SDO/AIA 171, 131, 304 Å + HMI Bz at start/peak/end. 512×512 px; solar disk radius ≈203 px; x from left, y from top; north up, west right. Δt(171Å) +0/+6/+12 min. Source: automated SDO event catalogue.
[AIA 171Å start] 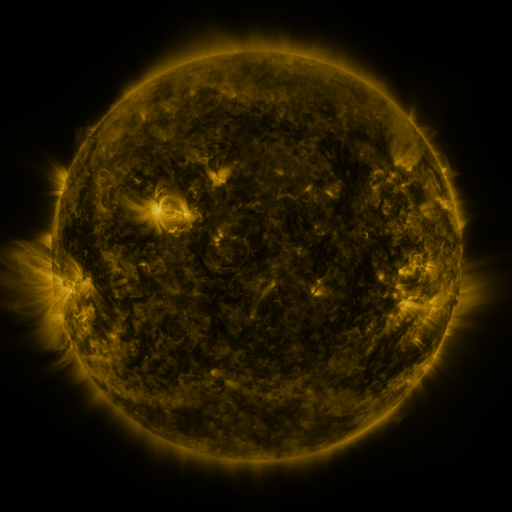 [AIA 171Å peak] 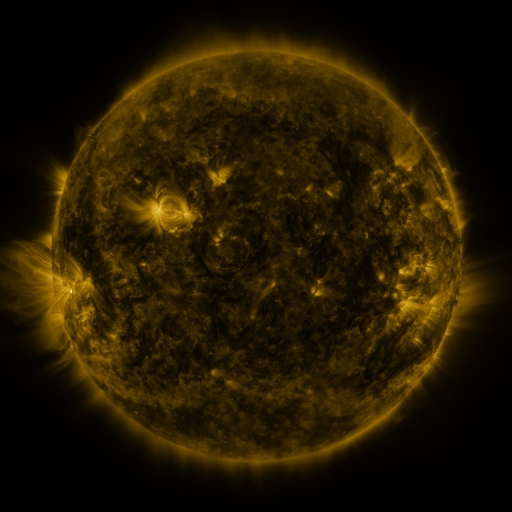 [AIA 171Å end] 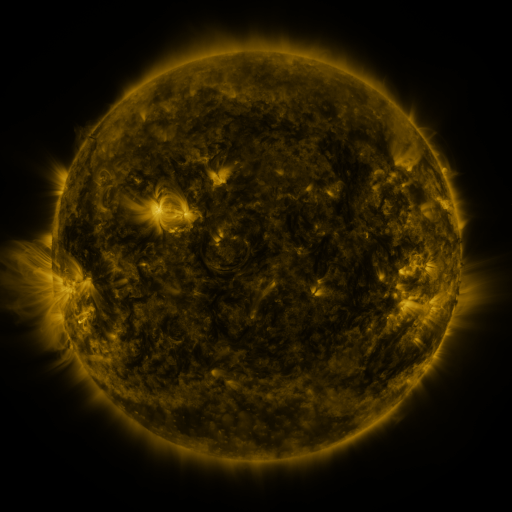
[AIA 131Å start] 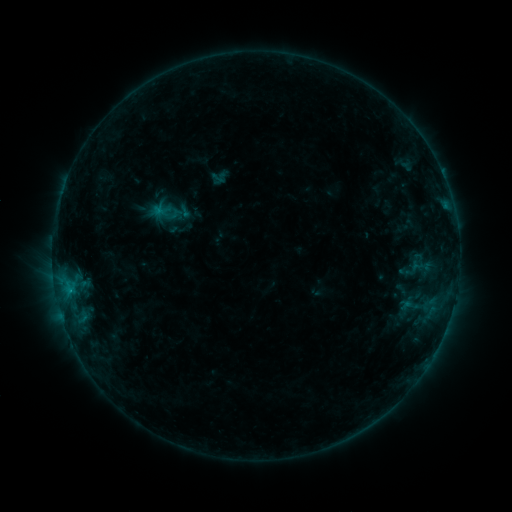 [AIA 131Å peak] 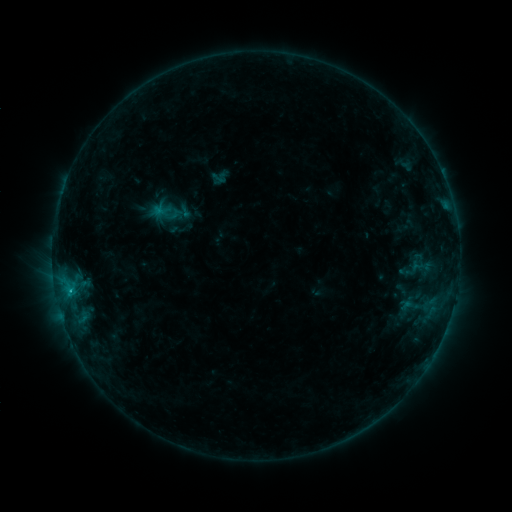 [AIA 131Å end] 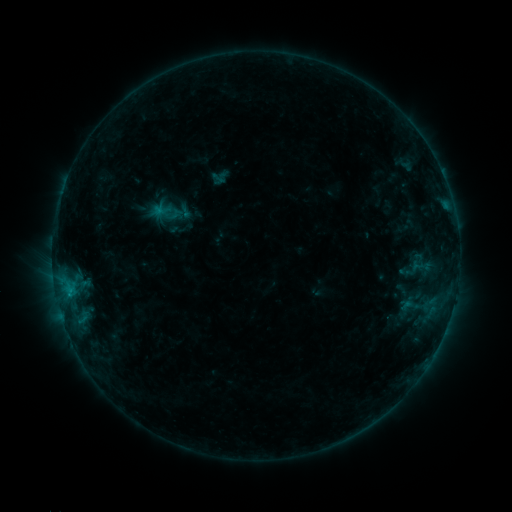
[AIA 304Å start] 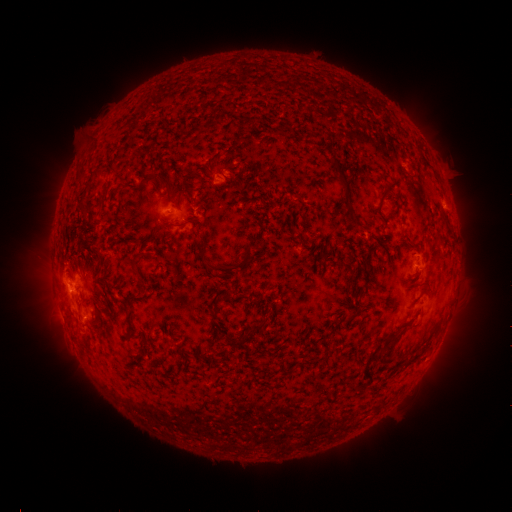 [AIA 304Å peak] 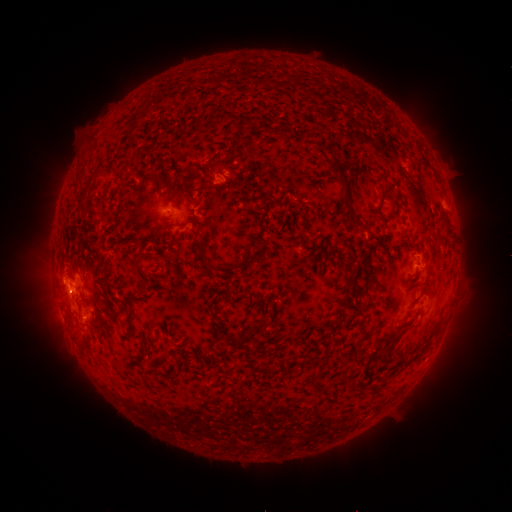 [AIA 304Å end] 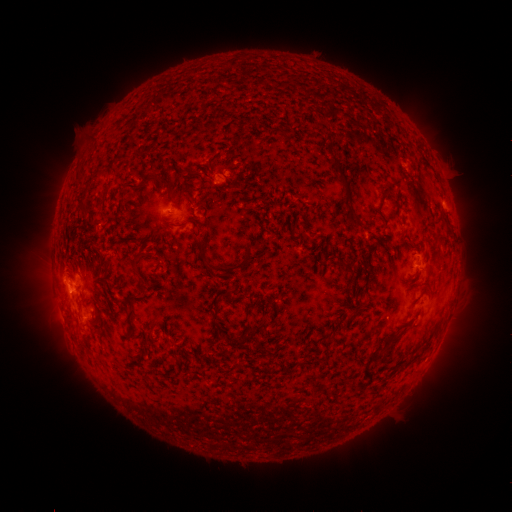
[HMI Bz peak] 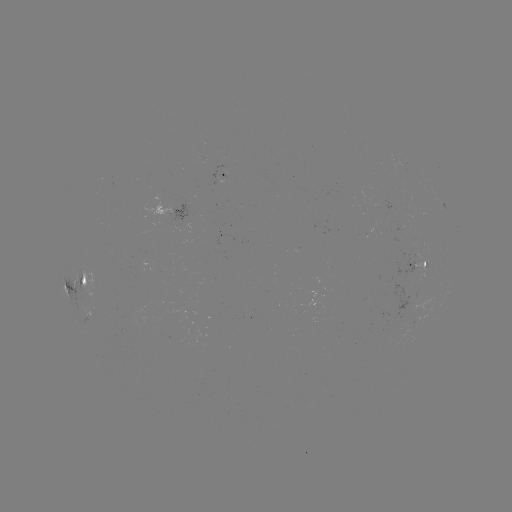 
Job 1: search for C1.1 flare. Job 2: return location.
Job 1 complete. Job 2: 84,317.